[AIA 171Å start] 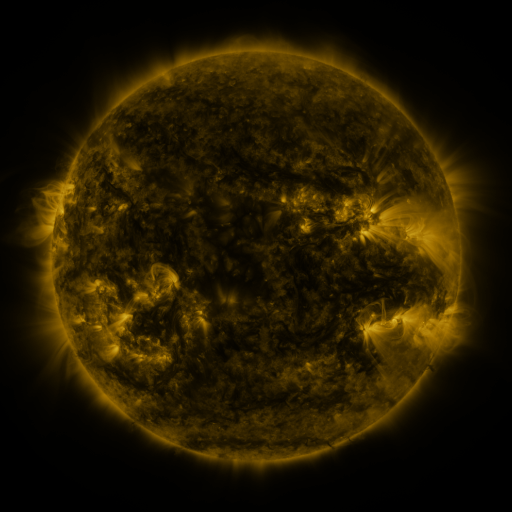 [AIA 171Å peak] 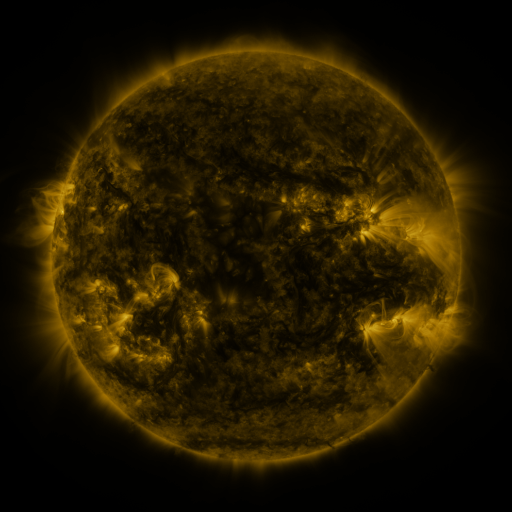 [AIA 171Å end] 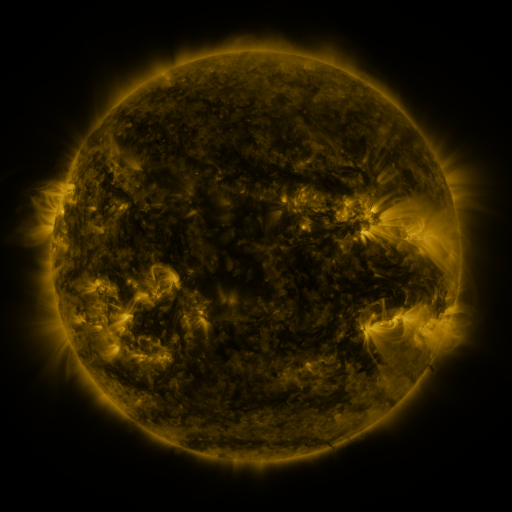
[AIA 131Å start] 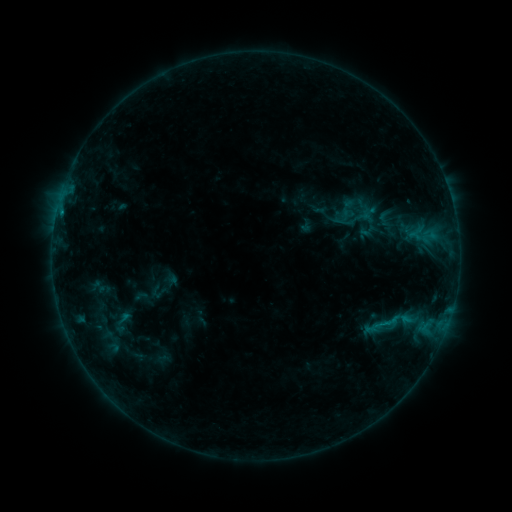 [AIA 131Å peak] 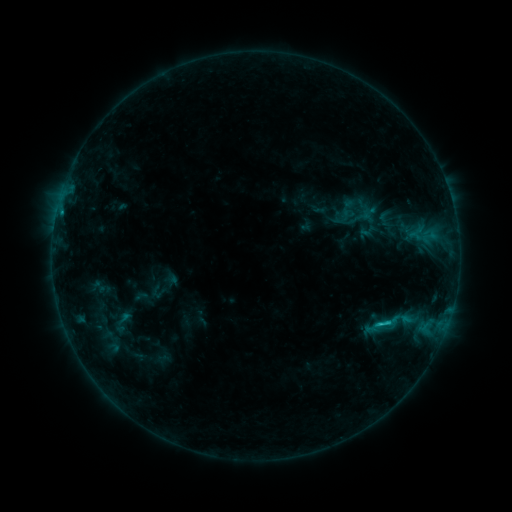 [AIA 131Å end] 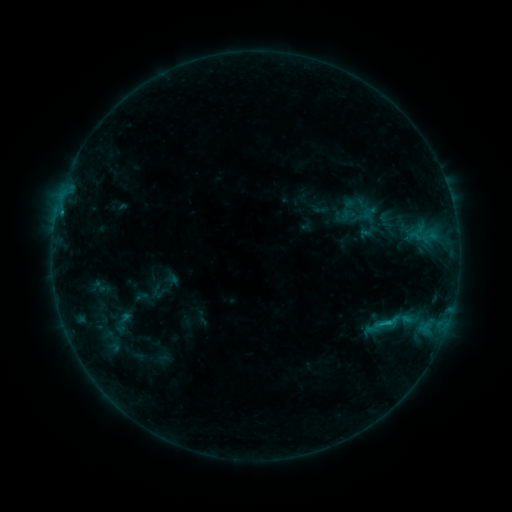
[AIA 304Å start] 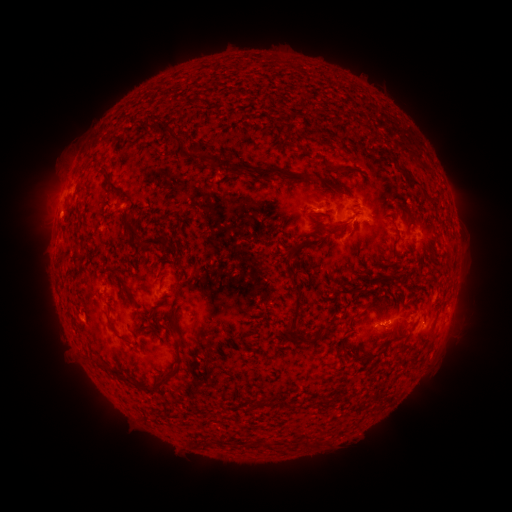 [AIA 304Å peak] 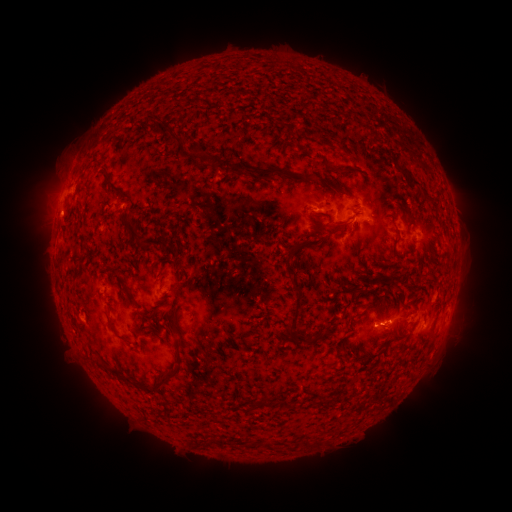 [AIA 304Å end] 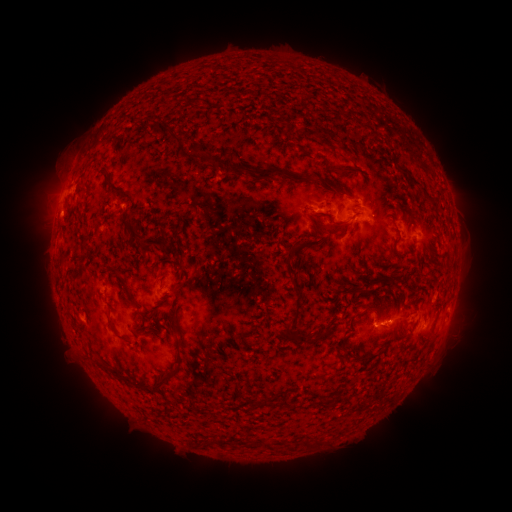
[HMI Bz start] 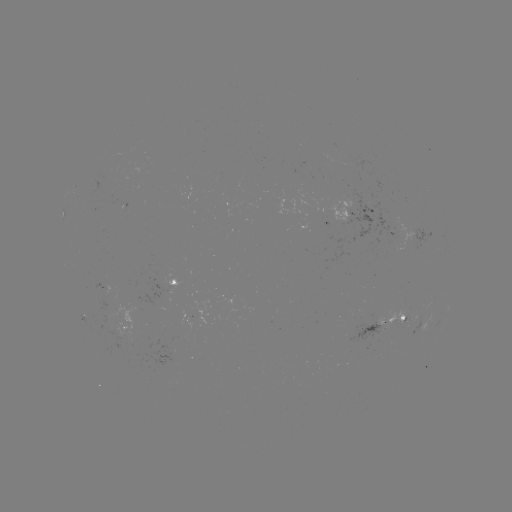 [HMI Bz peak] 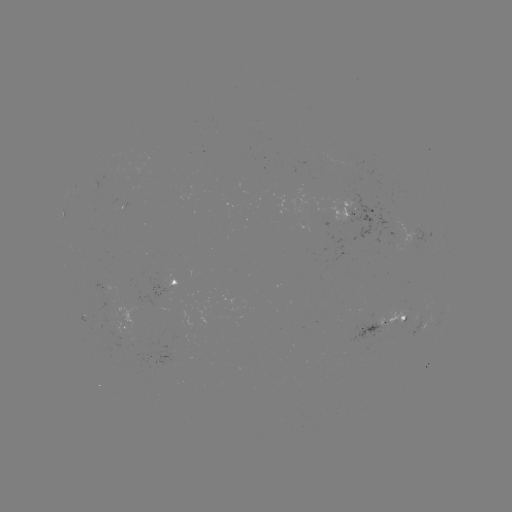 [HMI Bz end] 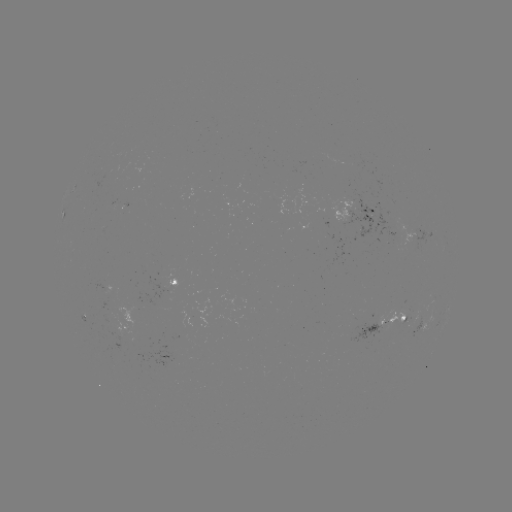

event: flare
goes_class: C1.2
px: (379, 323)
